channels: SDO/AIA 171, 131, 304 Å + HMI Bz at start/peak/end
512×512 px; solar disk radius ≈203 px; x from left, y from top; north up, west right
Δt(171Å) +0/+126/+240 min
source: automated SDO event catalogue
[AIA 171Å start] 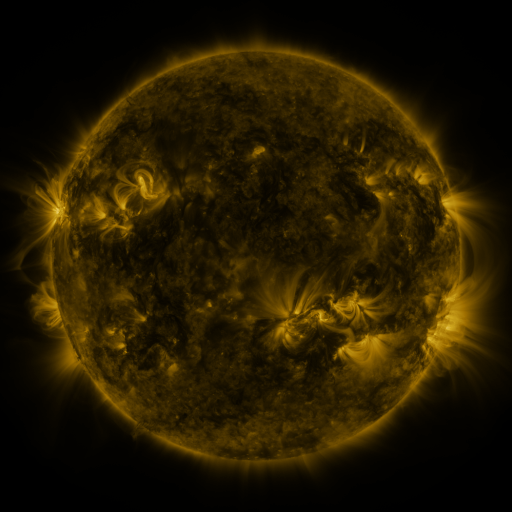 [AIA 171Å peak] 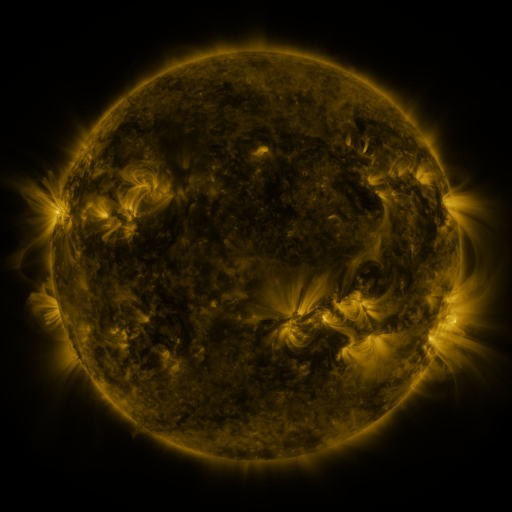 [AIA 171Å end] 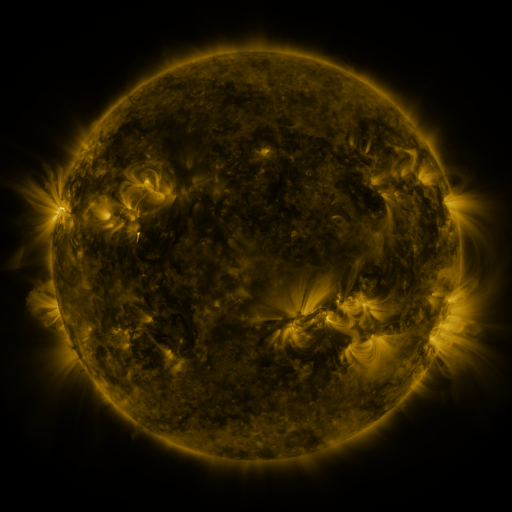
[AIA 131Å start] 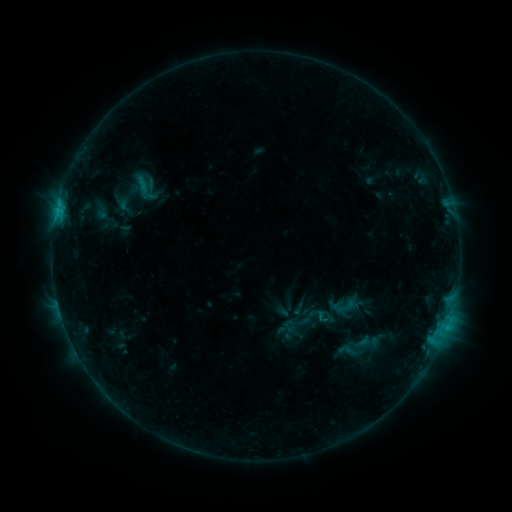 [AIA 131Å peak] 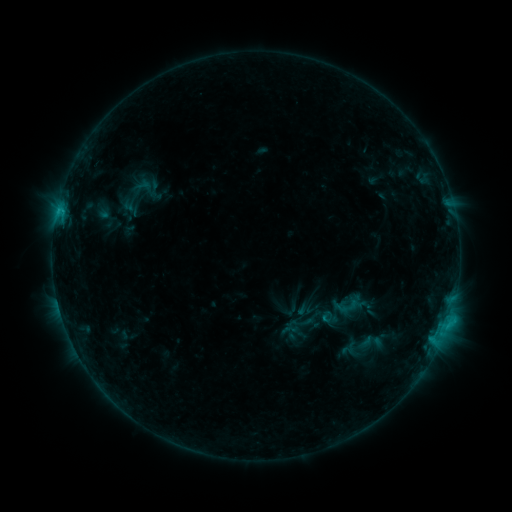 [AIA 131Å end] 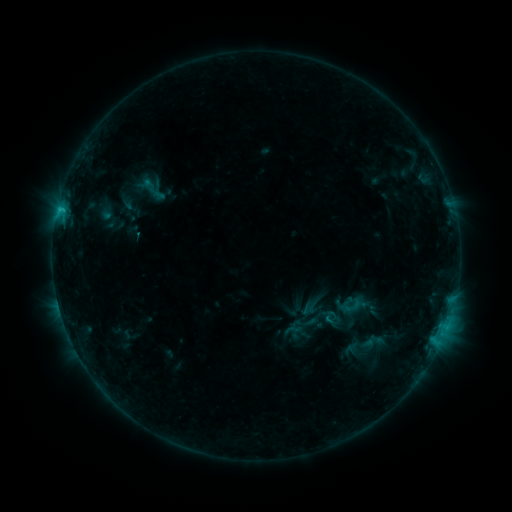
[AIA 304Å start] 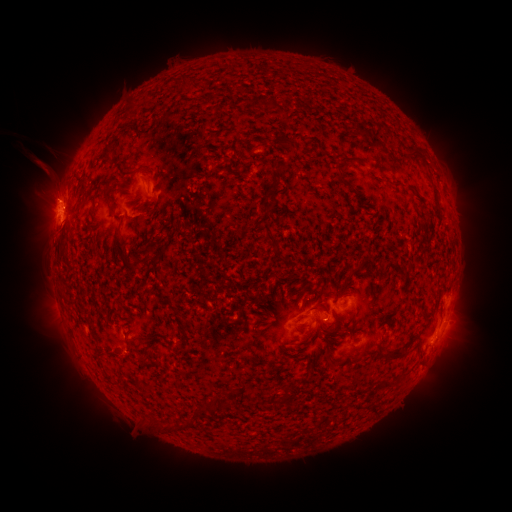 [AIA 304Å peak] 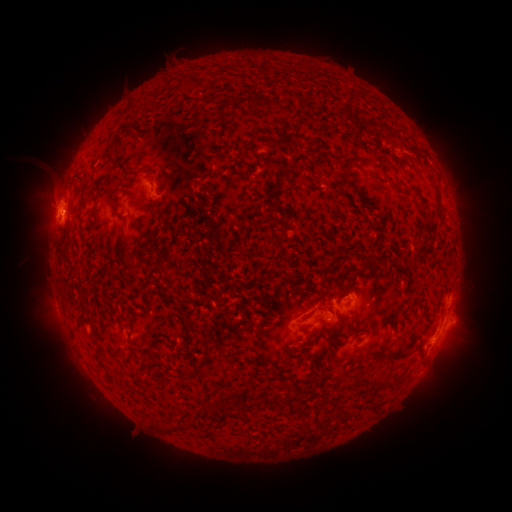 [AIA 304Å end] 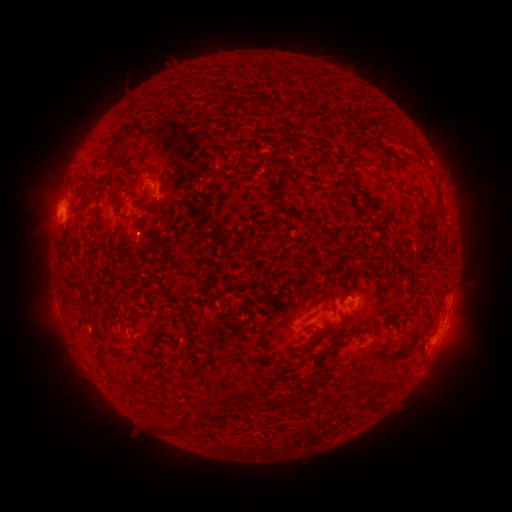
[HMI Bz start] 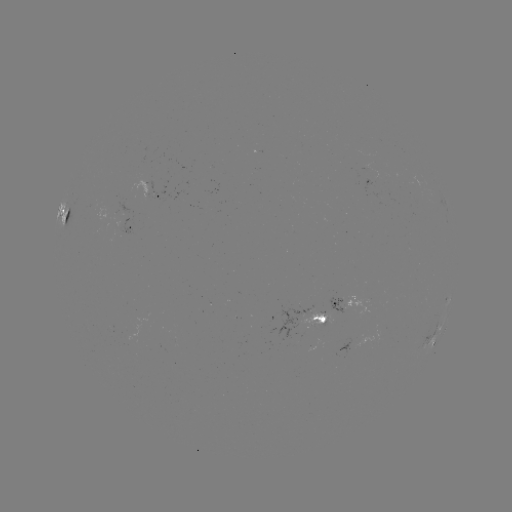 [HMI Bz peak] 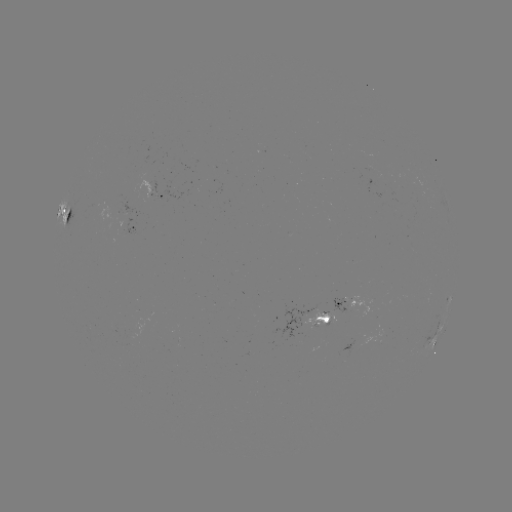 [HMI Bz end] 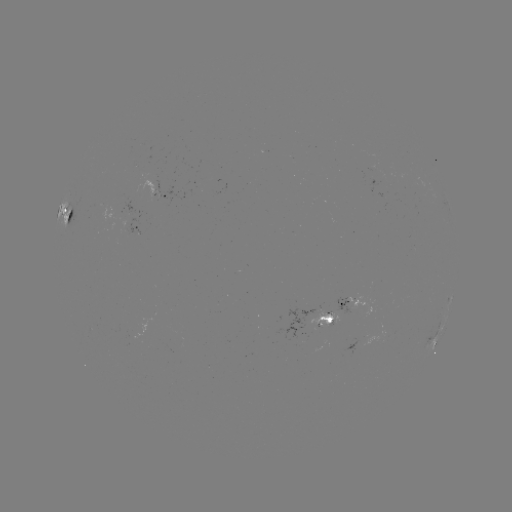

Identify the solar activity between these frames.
filament eruption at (407, 121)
